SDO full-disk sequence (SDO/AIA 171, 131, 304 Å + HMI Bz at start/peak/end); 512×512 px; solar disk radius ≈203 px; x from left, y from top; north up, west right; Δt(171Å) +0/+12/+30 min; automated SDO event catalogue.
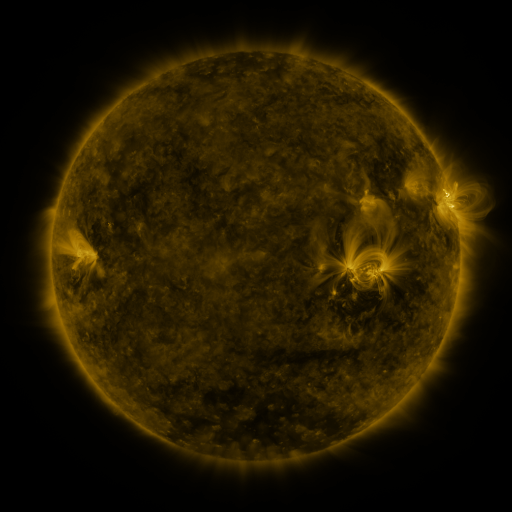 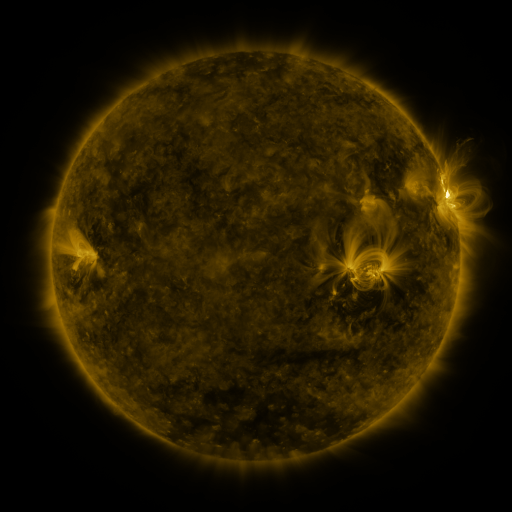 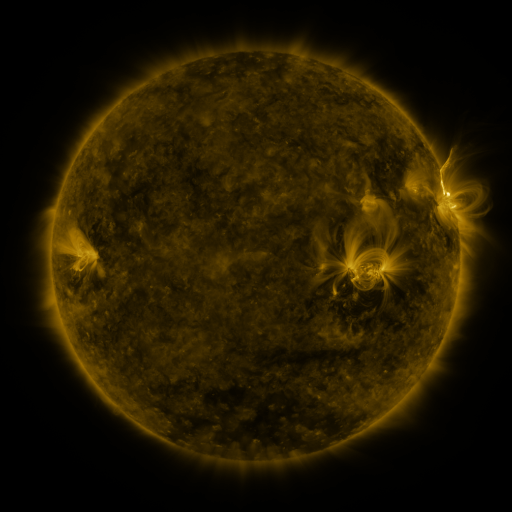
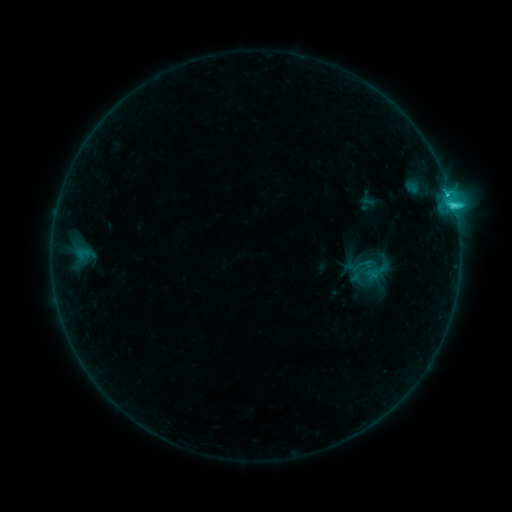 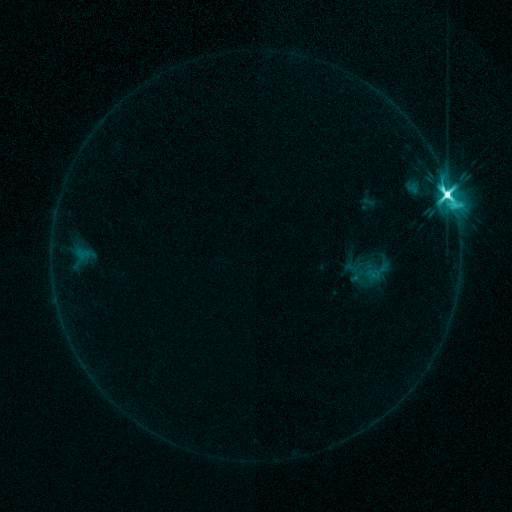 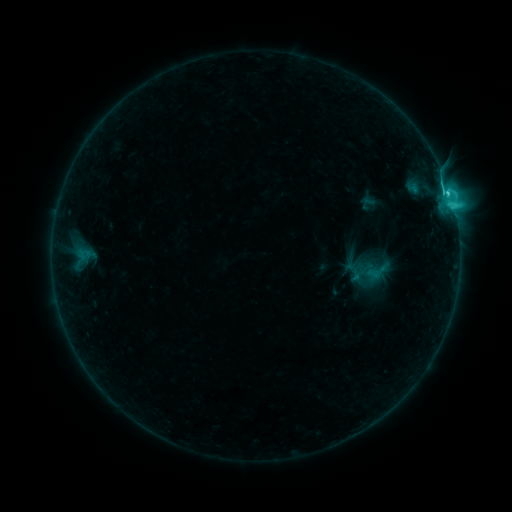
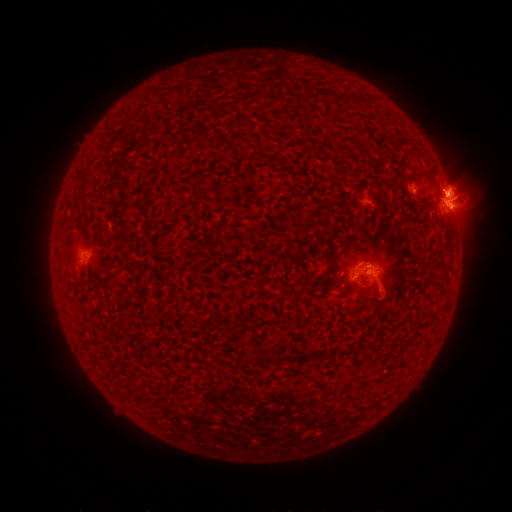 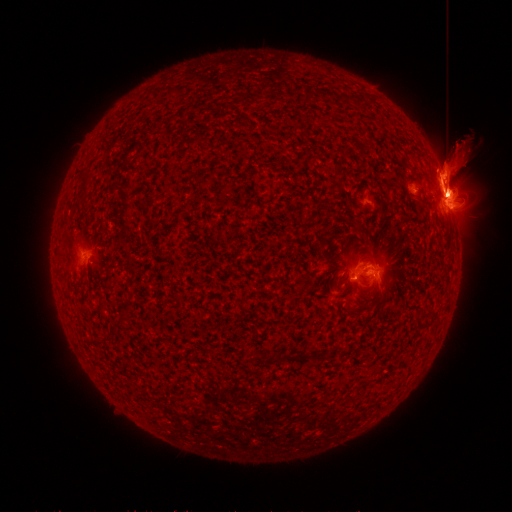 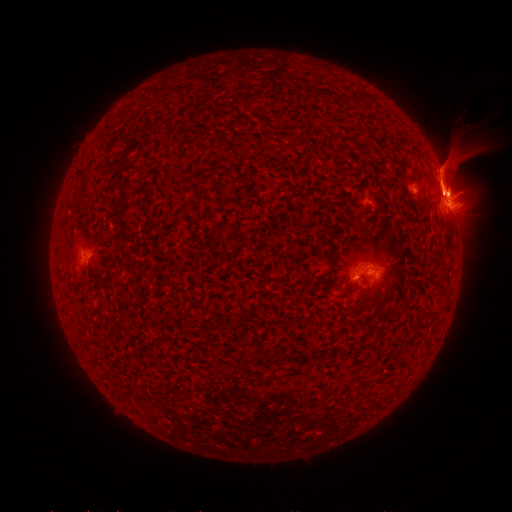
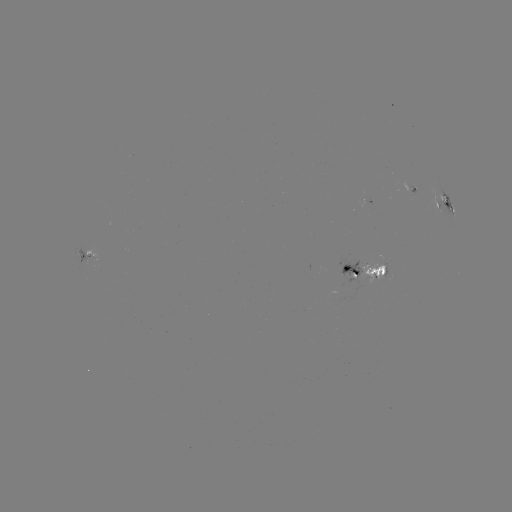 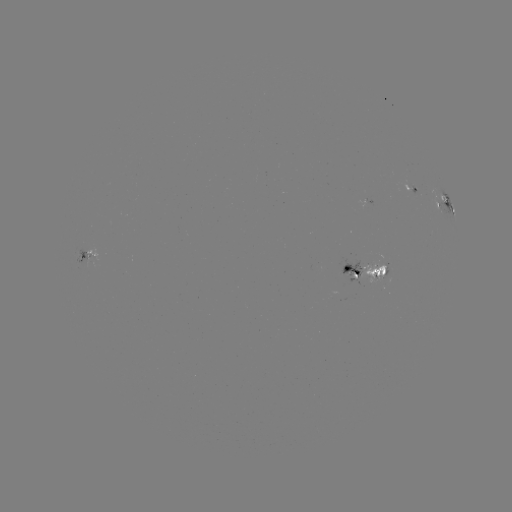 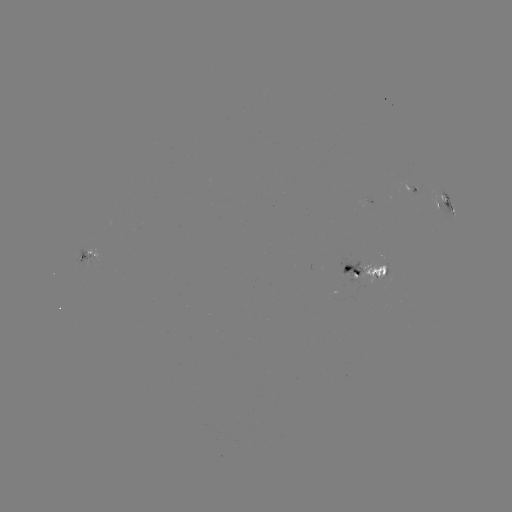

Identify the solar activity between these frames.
eruption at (449, 170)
